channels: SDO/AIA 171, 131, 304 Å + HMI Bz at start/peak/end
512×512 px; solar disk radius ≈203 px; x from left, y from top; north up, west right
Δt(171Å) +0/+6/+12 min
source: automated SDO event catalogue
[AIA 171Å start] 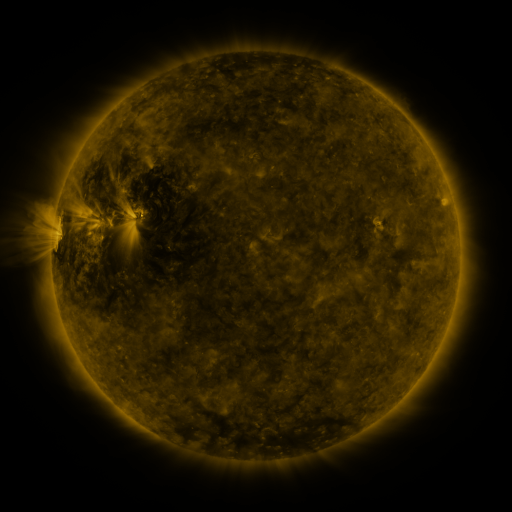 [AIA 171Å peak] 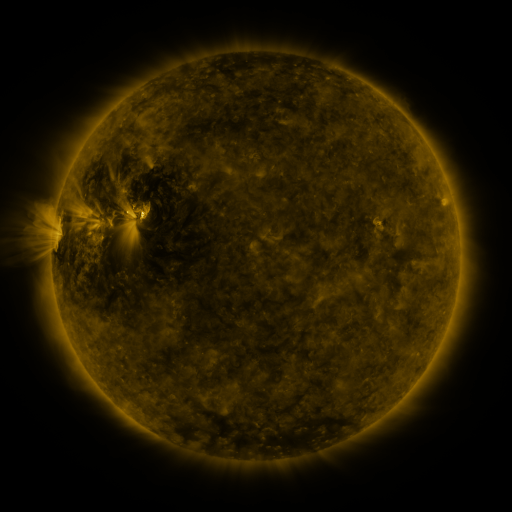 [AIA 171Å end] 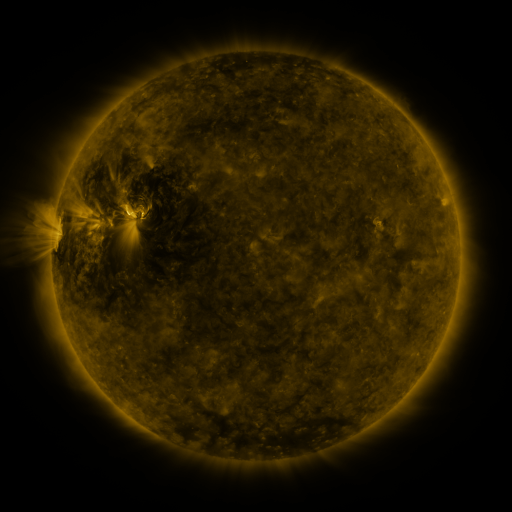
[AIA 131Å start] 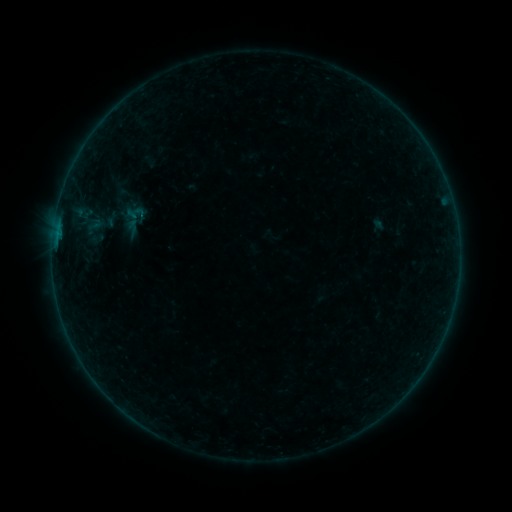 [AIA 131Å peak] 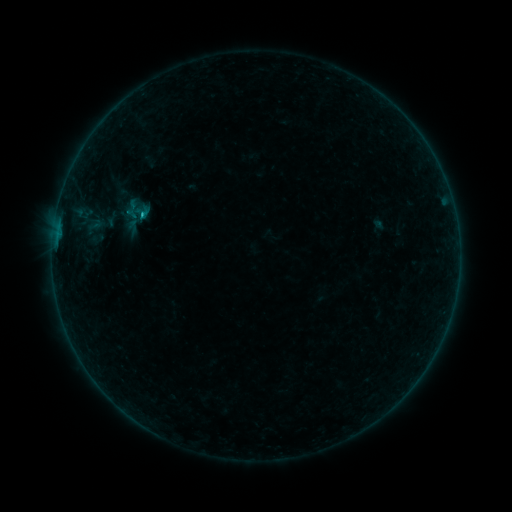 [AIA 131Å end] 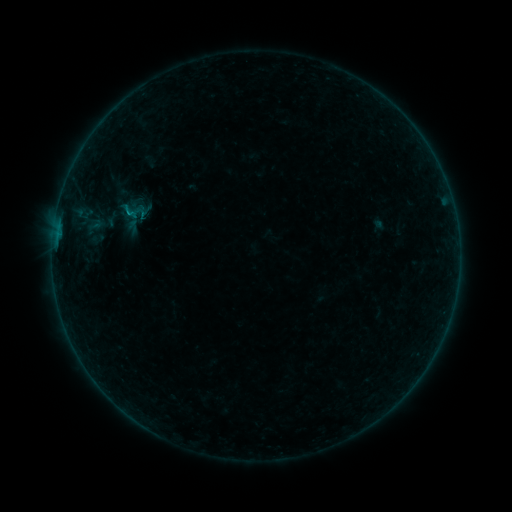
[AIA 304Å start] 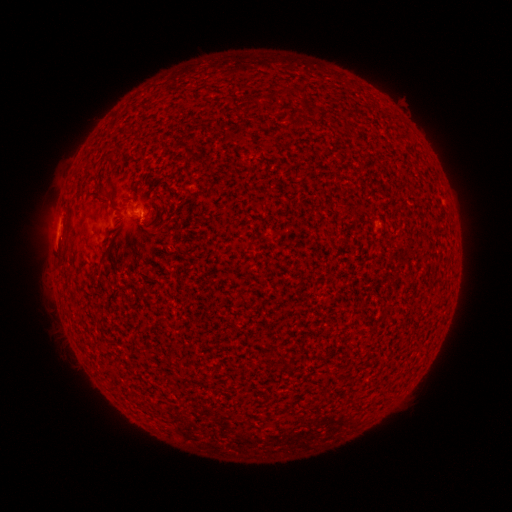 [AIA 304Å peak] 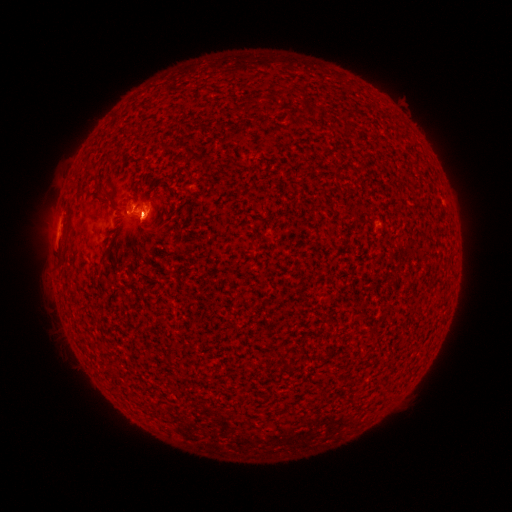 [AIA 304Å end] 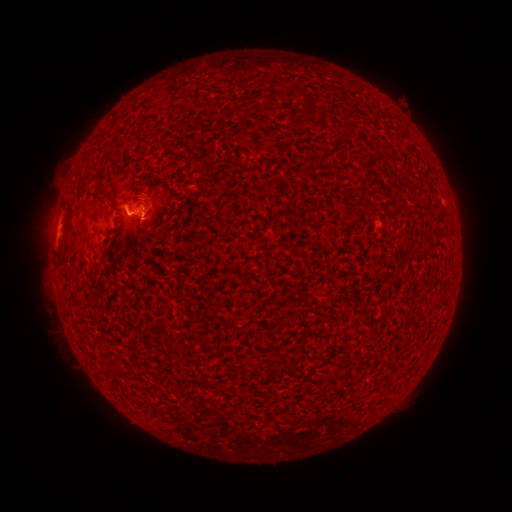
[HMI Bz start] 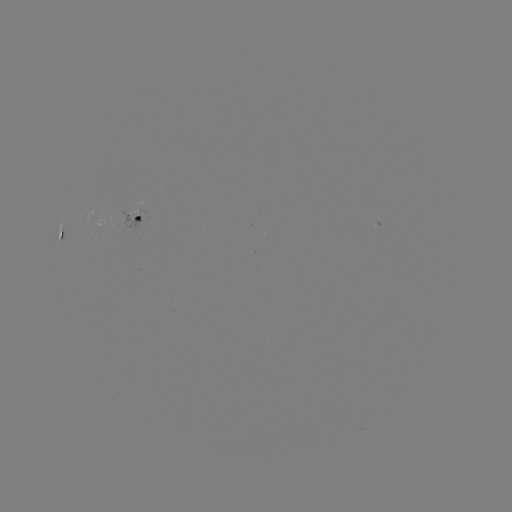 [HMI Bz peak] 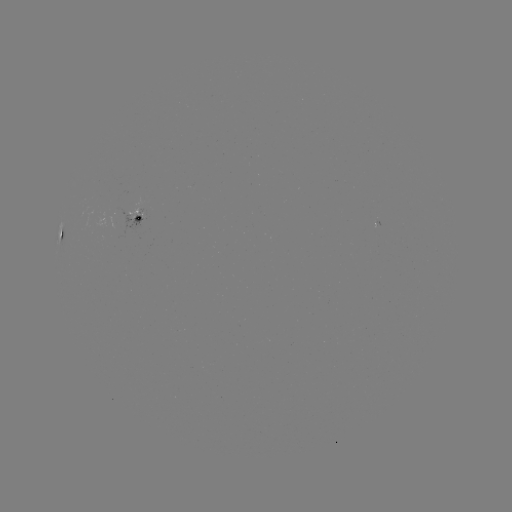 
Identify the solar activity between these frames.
B5.0 flare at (143, 217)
